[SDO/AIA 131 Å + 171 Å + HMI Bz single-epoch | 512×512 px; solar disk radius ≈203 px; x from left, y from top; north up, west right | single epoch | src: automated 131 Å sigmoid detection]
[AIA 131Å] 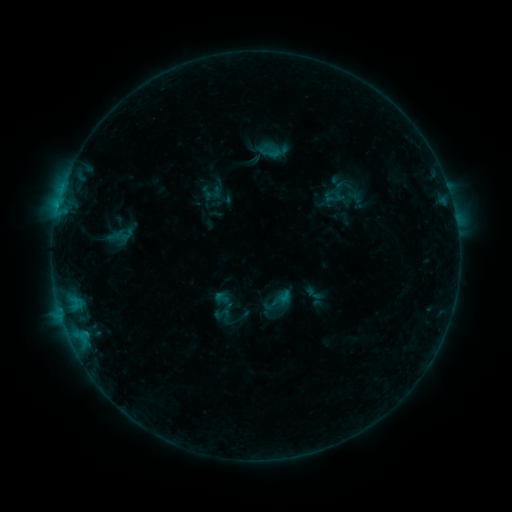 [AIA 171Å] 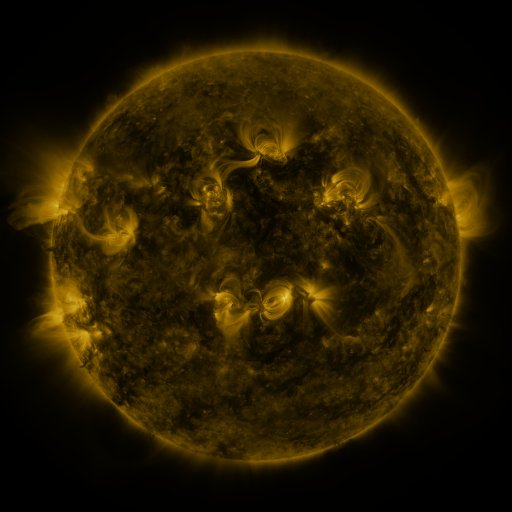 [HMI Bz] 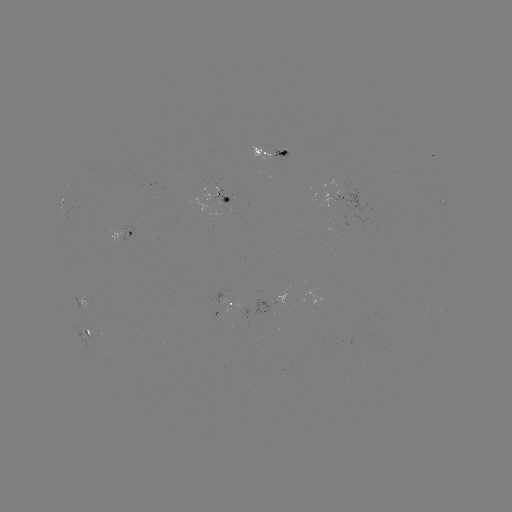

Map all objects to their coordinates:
sigmoid: (277, 301)
sigmoid: (222, 314)
